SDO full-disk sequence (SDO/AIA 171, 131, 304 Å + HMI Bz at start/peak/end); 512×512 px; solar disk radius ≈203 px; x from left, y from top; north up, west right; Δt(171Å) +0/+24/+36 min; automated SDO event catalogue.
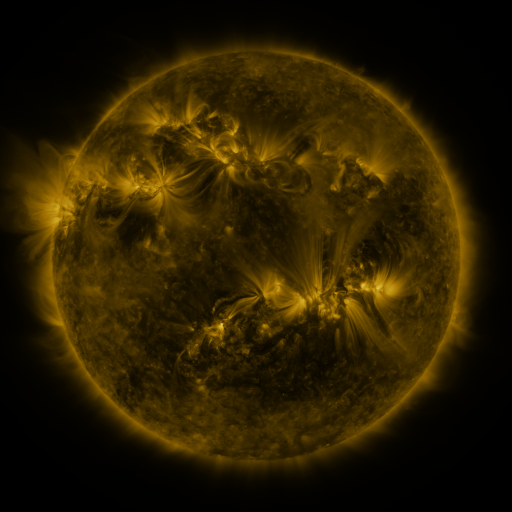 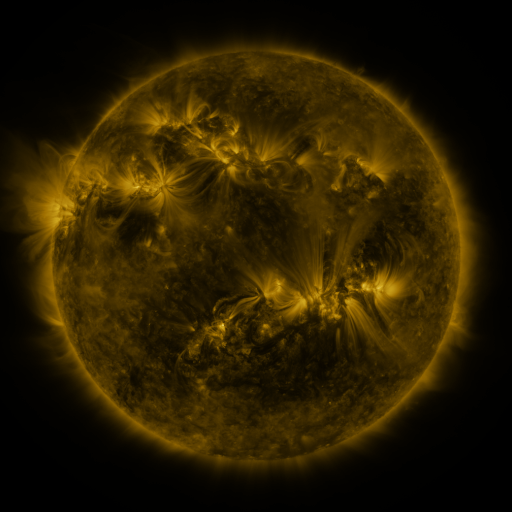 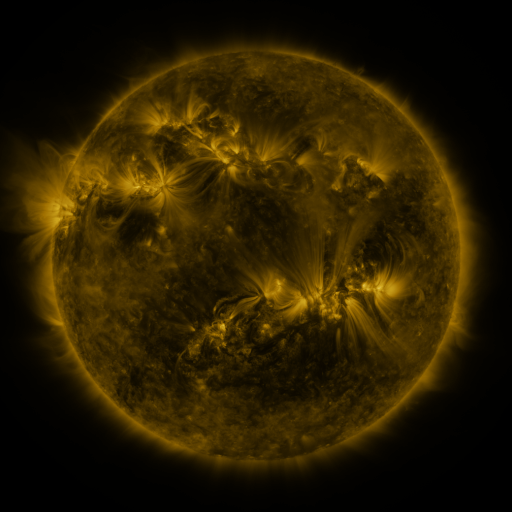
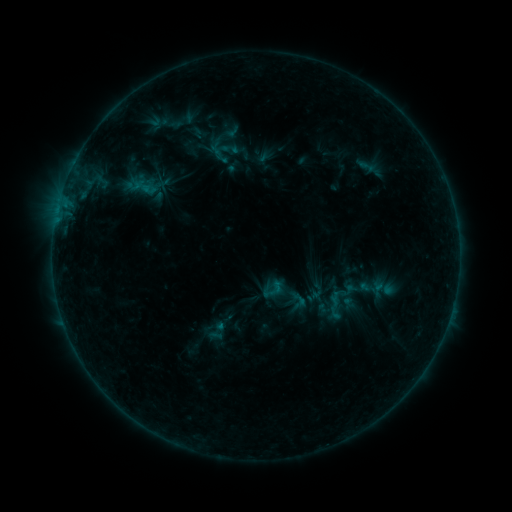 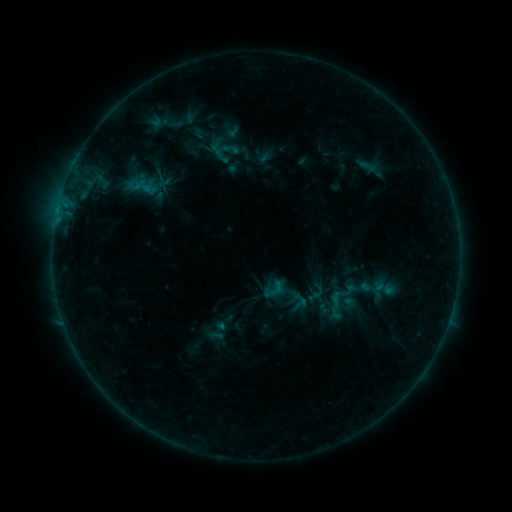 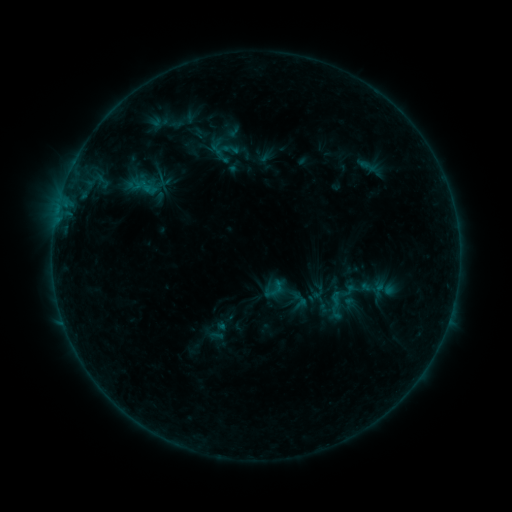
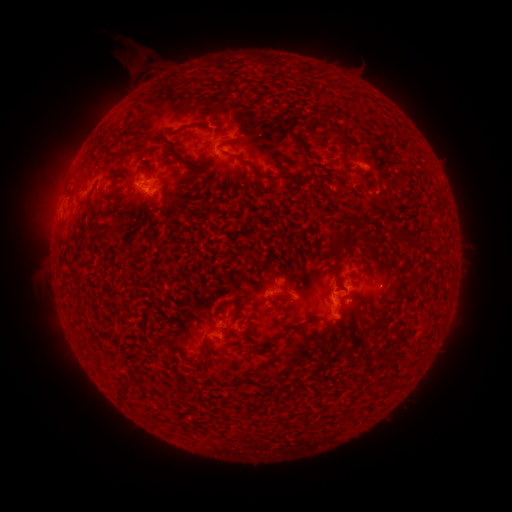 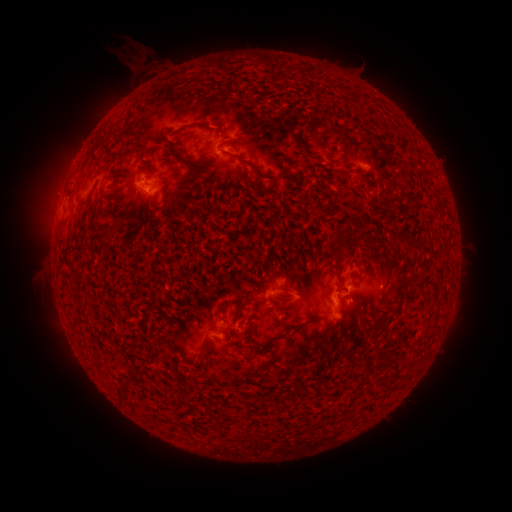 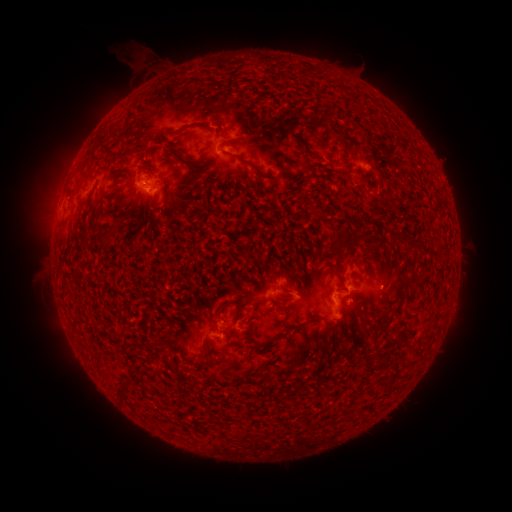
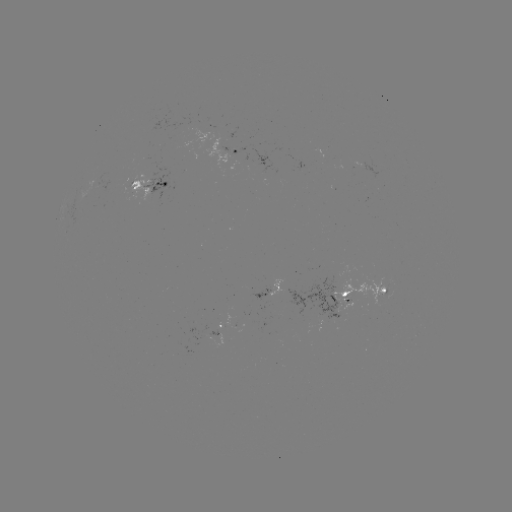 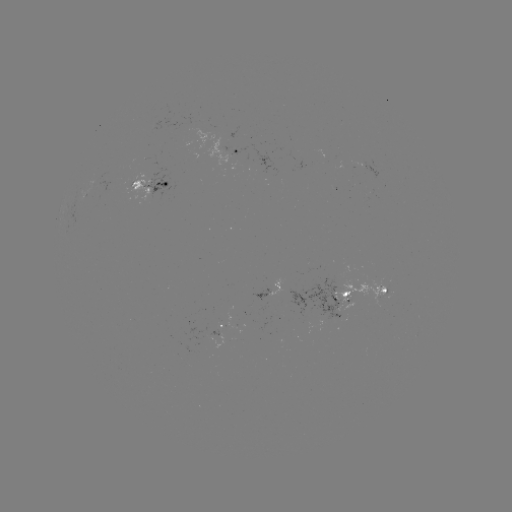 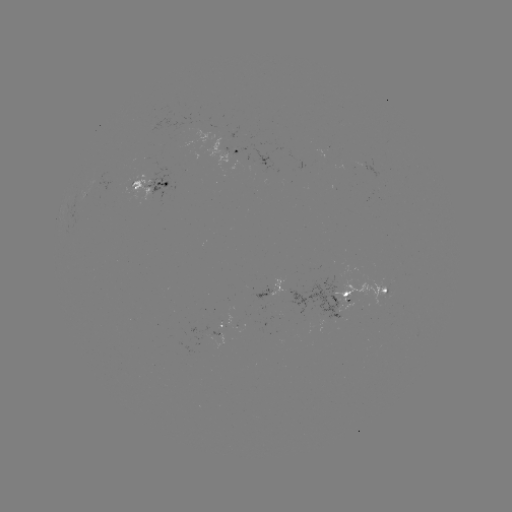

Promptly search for emerging-flux region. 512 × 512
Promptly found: [347, 295].